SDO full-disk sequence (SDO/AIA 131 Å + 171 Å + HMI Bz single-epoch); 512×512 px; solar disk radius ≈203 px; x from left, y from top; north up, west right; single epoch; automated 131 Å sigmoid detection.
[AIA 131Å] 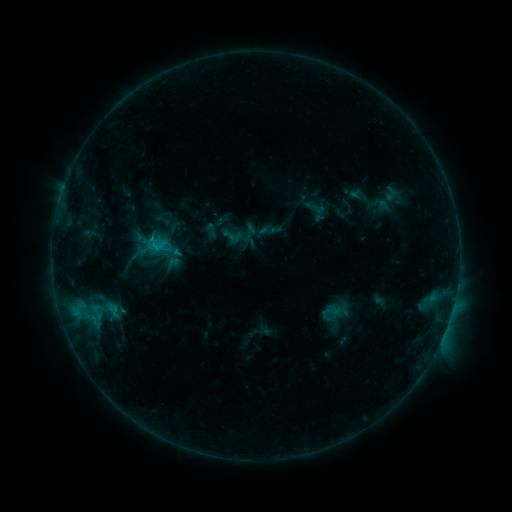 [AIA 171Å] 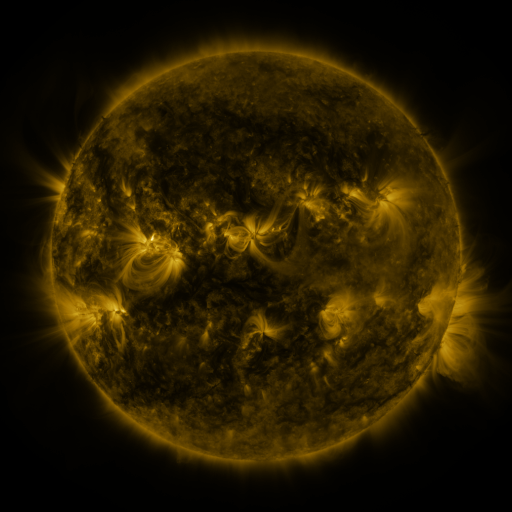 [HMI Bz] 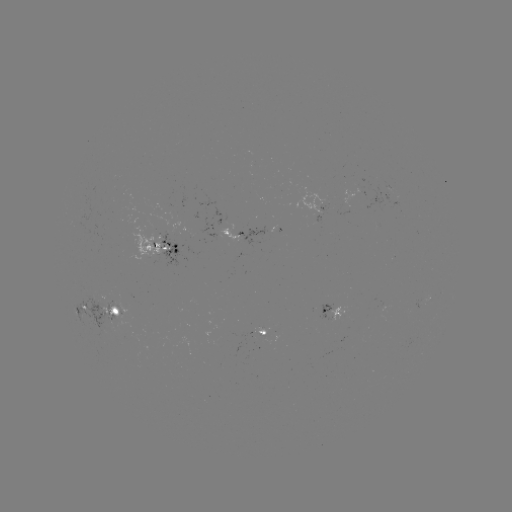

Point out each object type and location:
sigmoid: <bbox>142, 229, 168, 258</bbox>
sigmoid: <bbox>323, 302, 340, 320</bbox>
